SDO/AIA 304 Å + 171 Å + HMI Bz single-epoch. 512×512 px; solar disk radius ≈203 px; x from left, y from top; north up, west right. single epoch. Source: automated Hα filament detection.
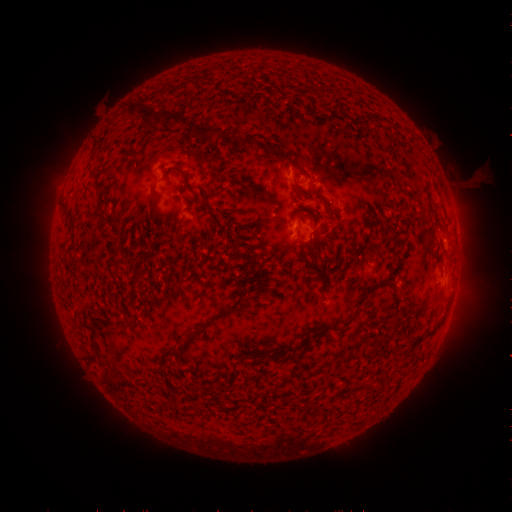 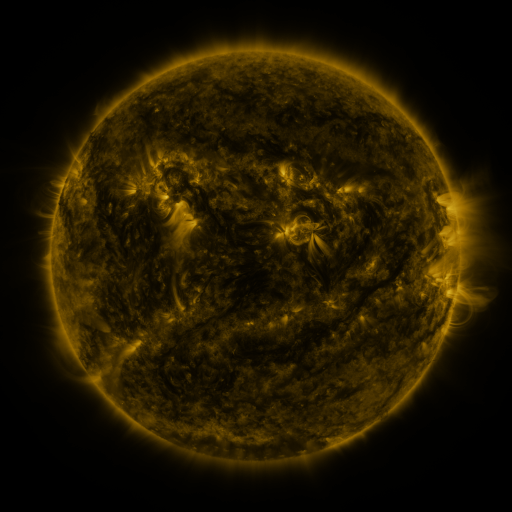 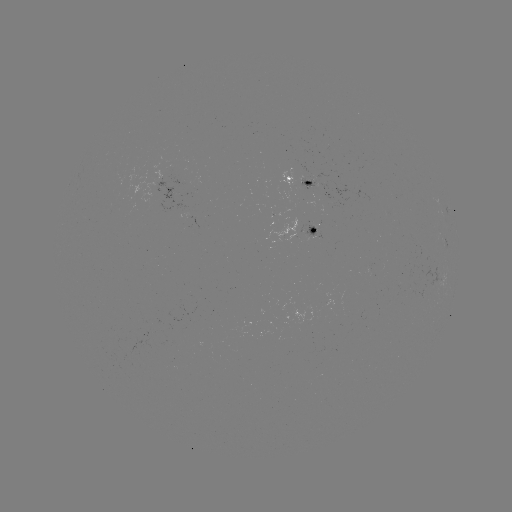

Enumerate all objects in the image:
filament: <bbox>130, 102, 151, 119</bbox>
filament: <bbox>154, 111, 165, 126</bbox>
filament: <bbox>163, 113, 185, 128</bbox>
filament: <bbox>185, 123, 220, 140</bbox>
filament: <bbox>248, 140, 257, 153</bbox>
filament: <bbox>177, 168, 190, 185</bbox>
filament: <bbox>303, 180, 313, 188</bbox>
filament: <bbox>150, 187, 159, 201</bbox>
filament: <bbox>326, 206, 337, 219</bbox>
filament: <bbox>290, 237, 303, 245</bbox>
filament: <bbox>227, 249, 241, 265</bbox>
filament: <bbox>180, 304, 230, 351</bbox>
filament: <bbox>393, 316, 402, 327</bbox>
filament: <bbox>332, 318, 352, 330</bbox>
filament: <bbox>260, 350, 287, 360</bbox>
filament: <bbox>162, 361, 173, 368</bbox>
filament: <bbox>192, 402, 201, 414</bbox>
